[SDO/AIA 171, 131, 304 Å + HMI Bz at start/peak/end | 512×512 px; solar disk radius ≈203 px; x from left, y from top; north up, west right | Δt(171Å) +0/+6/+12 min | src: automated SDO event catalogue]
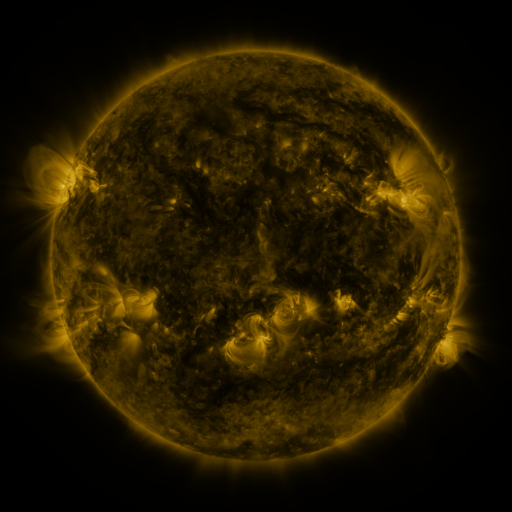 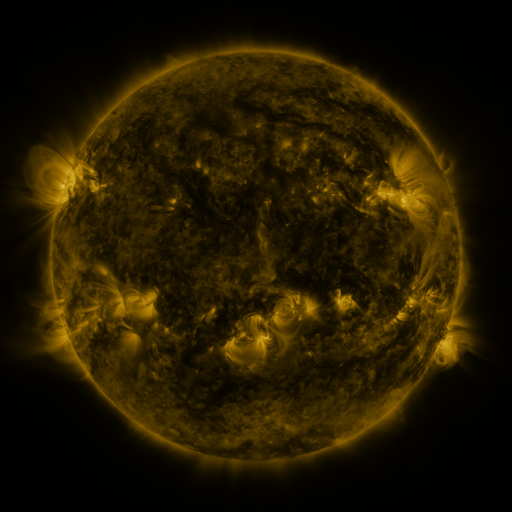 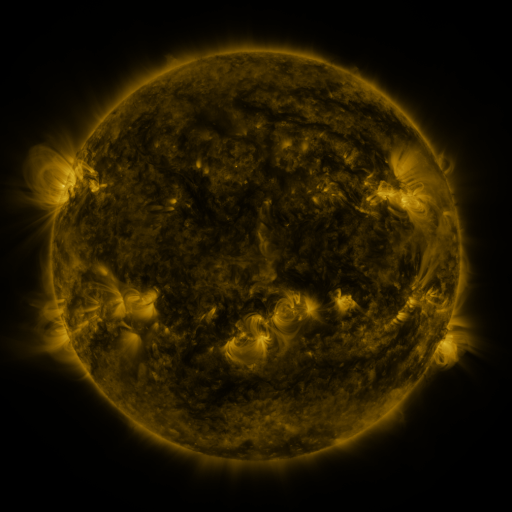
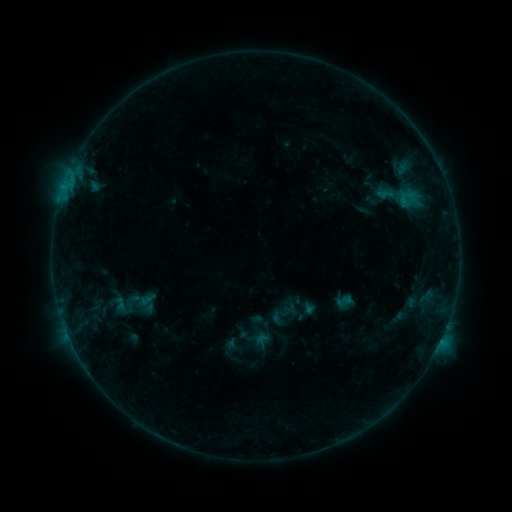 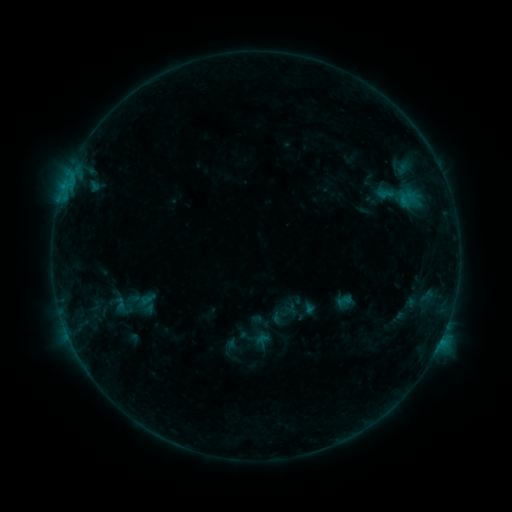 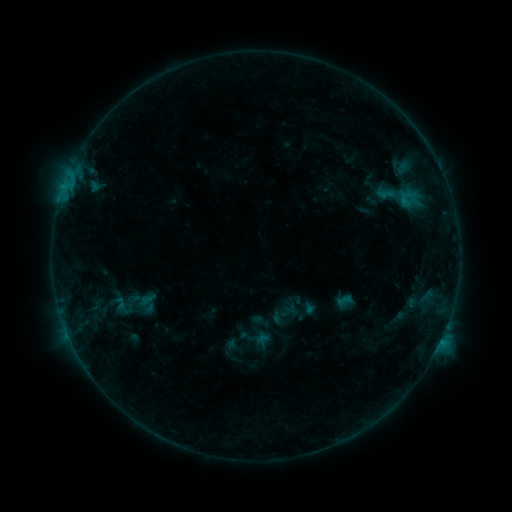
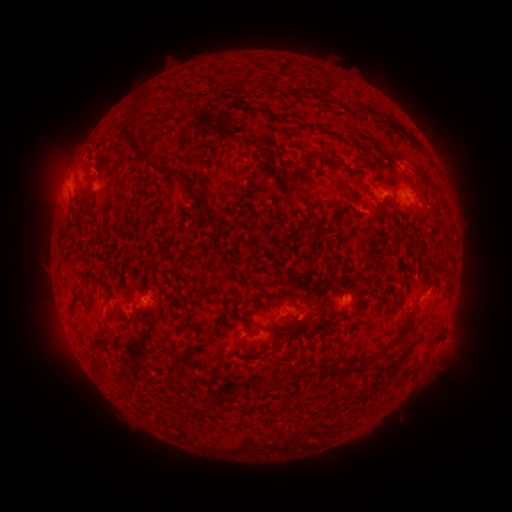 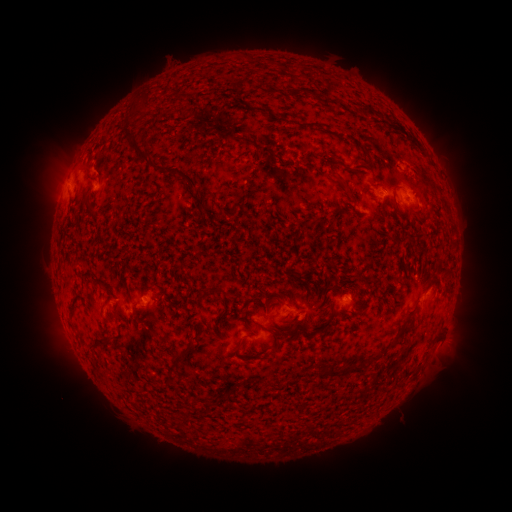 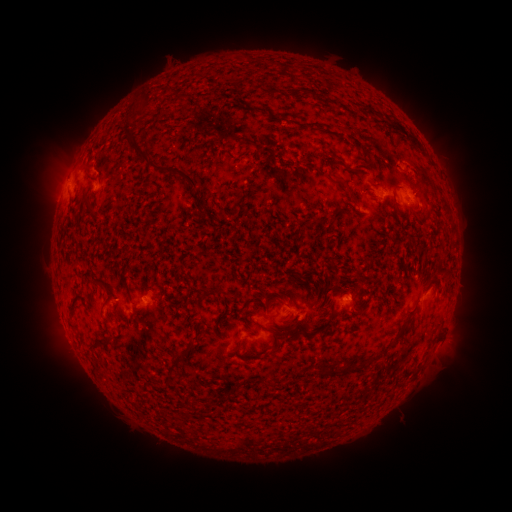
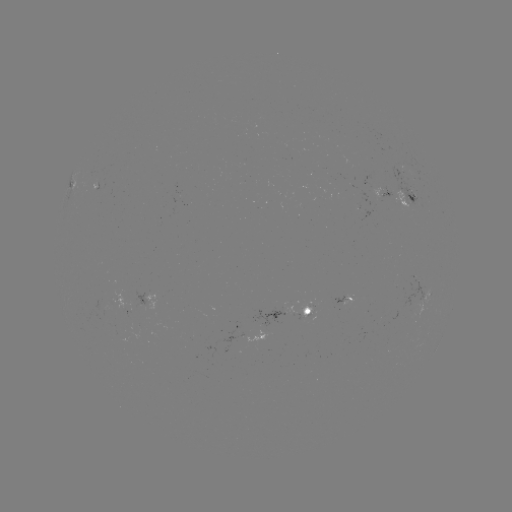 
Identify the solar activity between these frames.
no catalogued flare and no flagged EUV brightening in this window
